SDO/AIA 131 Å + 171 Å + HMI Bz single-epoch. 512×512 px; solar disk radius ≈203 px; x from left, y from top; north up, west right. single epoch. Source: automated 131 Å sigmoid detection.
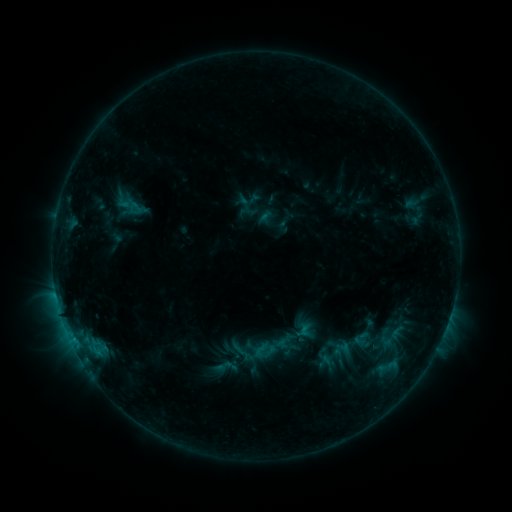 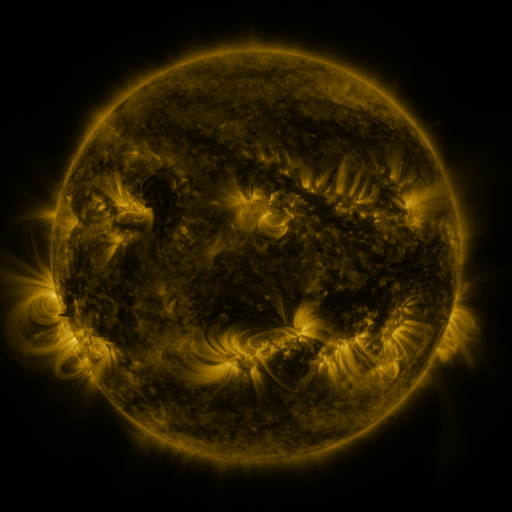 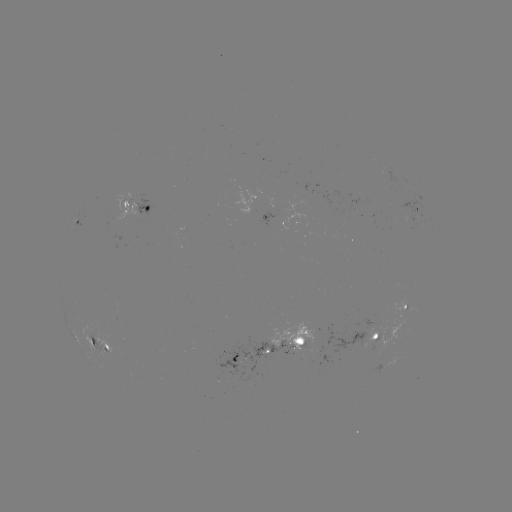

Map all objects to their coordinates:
sigmoid: (261, 350)
